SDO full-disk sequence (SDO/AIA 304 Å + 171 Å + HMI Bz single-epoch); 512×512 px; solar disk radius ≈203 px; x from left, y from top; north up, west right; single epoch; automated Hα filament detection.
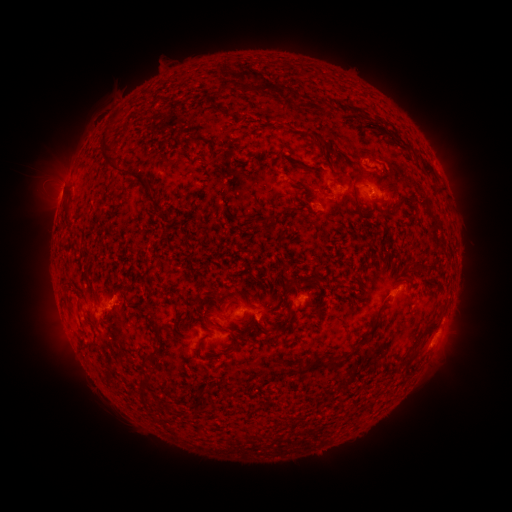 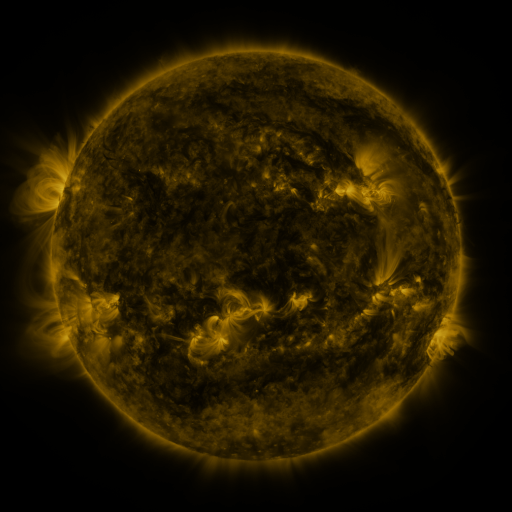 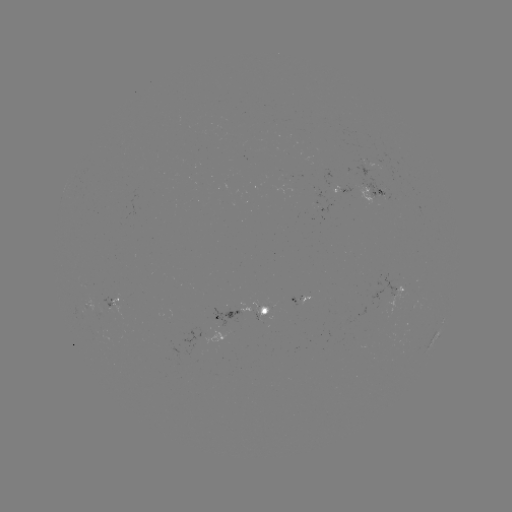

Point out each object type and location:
filament: (224, 86)
filament: (270, 87)
filament: (356, 113)
filament: (209, 142)
filament: (117, 169)
filament: (429, 169)
filament: (68, 210)
filament: (392, 213)
filament: (267, 226)
filament: (416, 264)
filament: (260, 281)
filament: (70, 284)
filament: (291, 286)
filament: (94, 290)
filament: (140, 305)
filament: (285, 323)
filament: (259, 328)
filament: (367, 334)
filament: (158, 336)
filament: (422, 336)
filament: (235, 343)
filament: (200, 344)
filament: (147, 358)
filament: (327, 366)
filament: (298, 370)
filament: (142, 389)
filament: (166, 406)
